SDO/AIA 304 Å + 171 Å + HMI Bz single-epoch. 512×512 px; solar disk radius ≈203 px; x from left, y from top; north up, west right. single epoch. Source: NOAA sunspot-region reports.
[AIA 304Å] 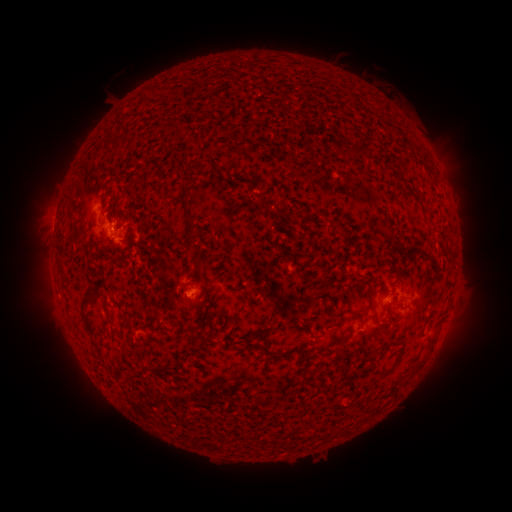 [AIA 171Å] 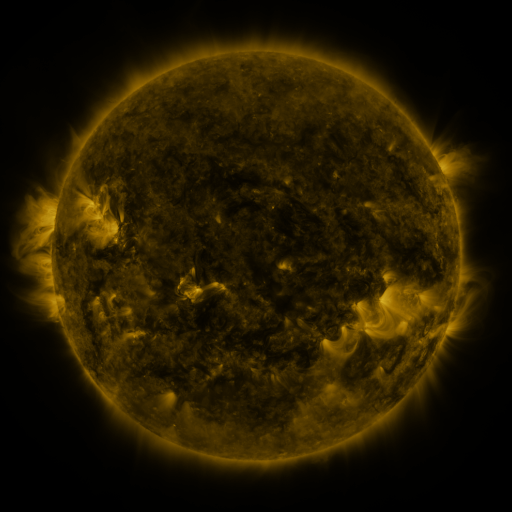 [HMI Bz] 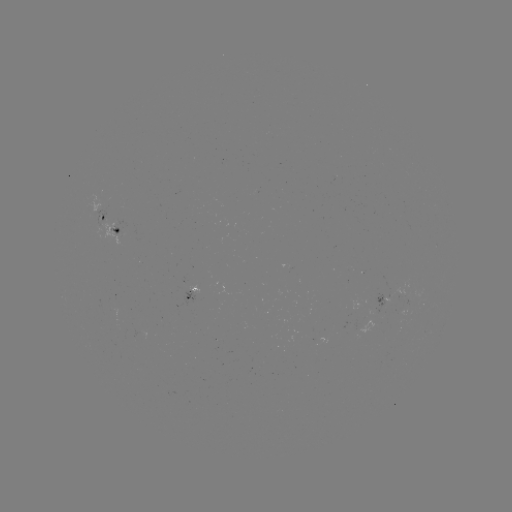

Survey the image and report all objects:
spotted active region: (105, 218)
spotted active region: (121, 229)
spotted active region: (193, 295)
